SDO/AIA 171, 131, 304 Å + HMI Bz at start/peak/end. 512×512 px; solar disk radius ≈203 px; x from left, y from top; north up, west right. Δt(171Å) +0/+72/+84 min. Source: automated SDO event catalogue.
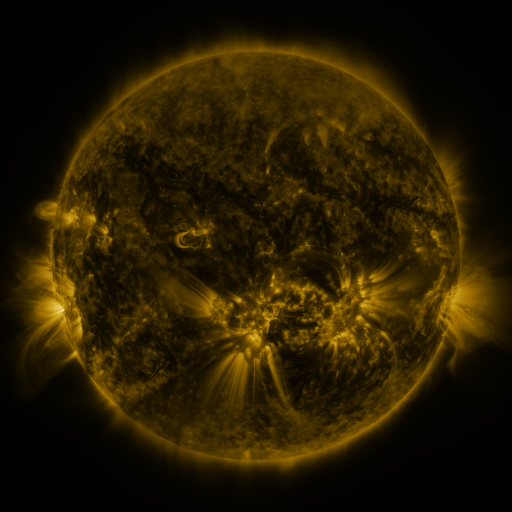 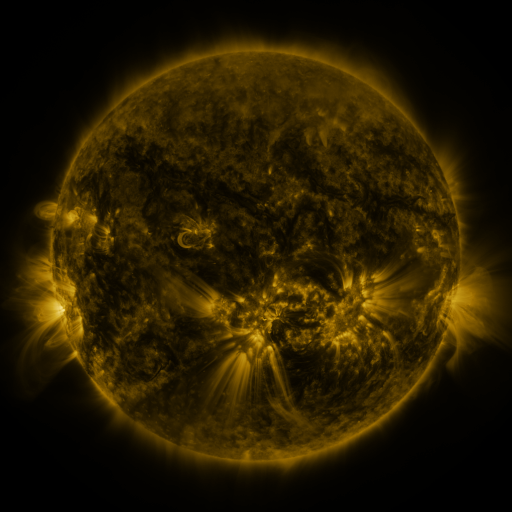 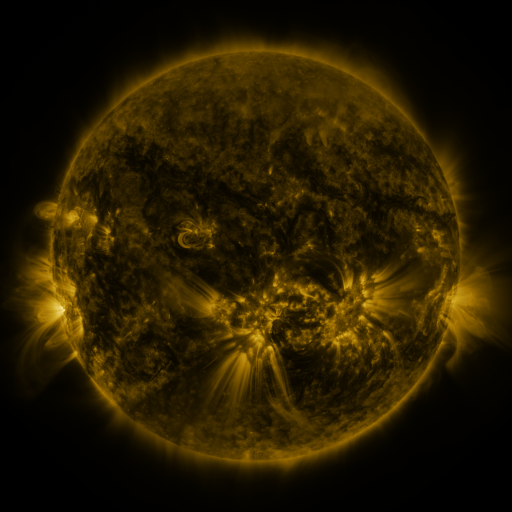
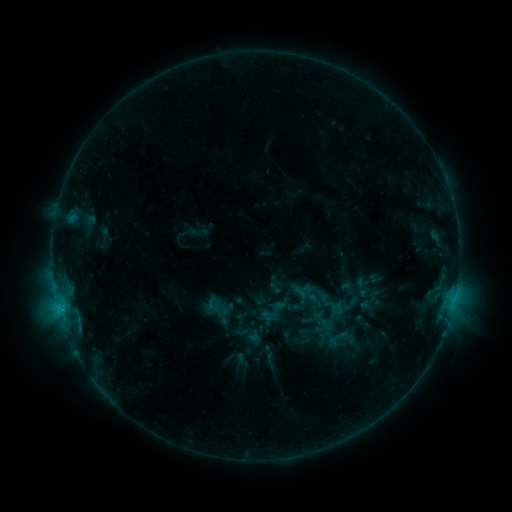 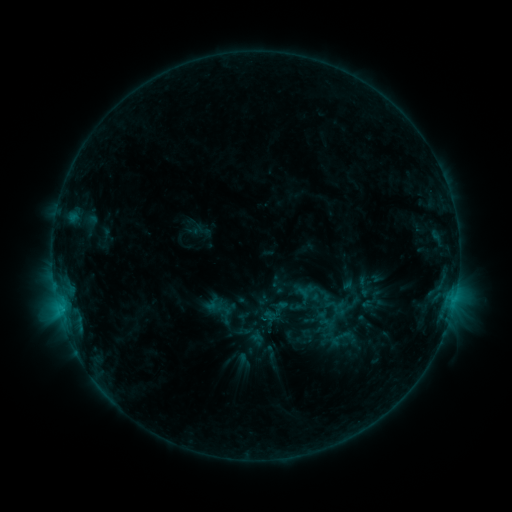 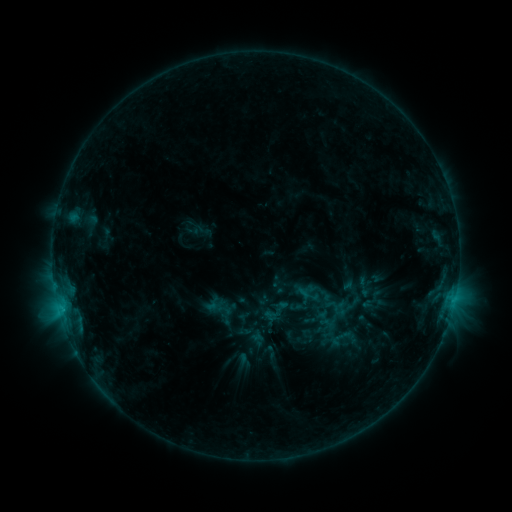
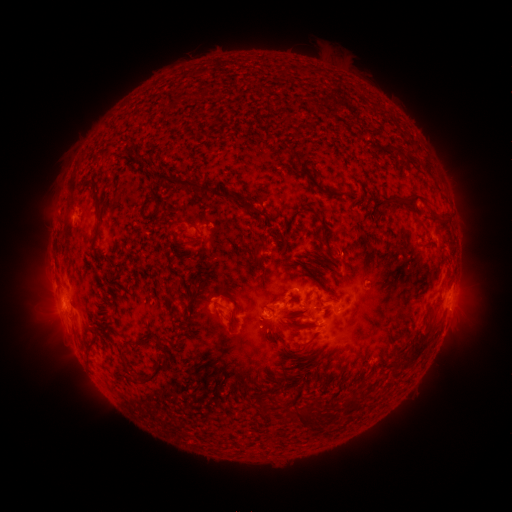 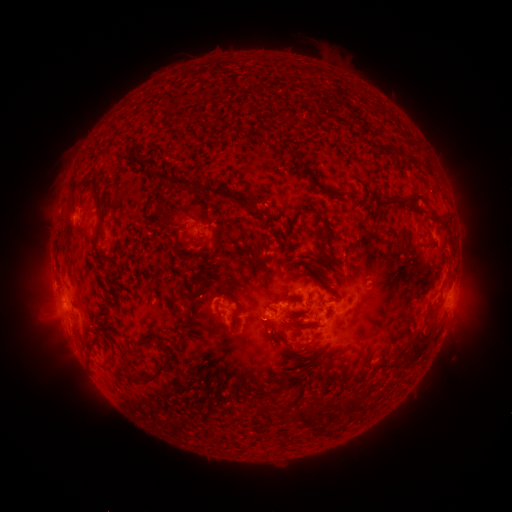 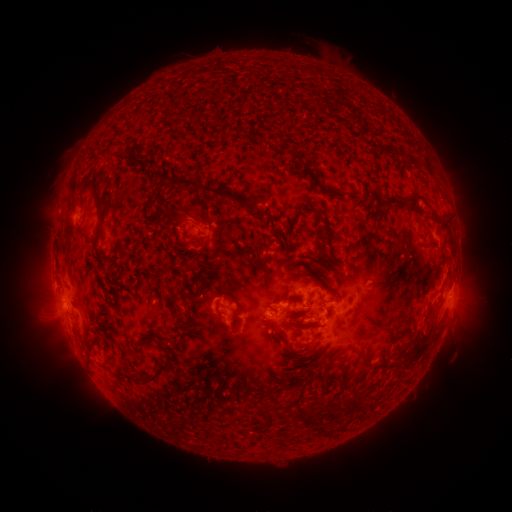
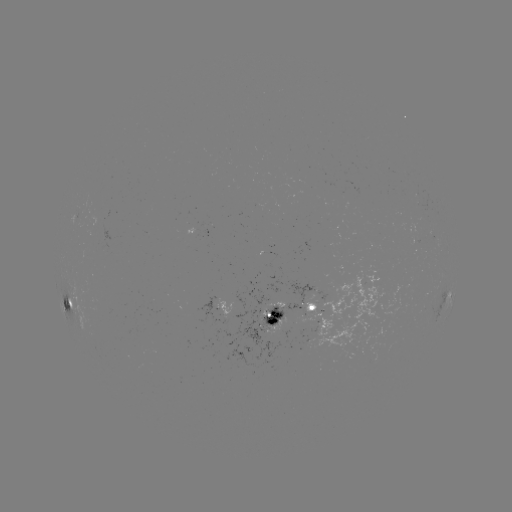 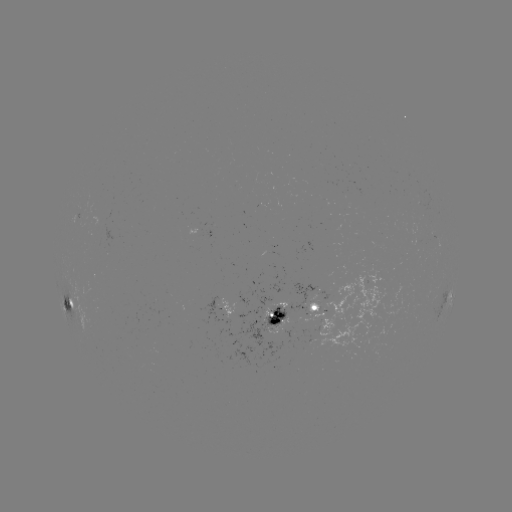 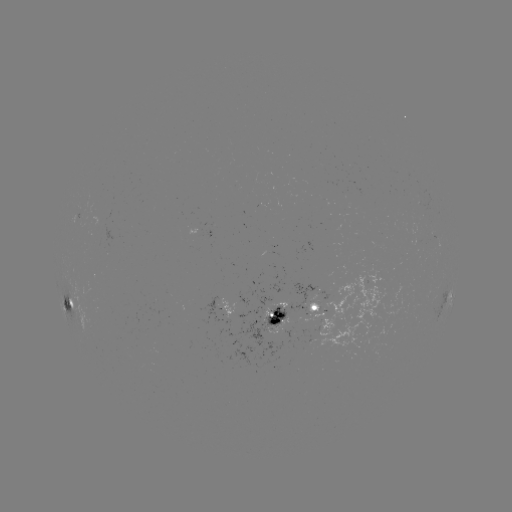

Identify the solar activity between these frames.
emerging-flux region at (418, 233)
